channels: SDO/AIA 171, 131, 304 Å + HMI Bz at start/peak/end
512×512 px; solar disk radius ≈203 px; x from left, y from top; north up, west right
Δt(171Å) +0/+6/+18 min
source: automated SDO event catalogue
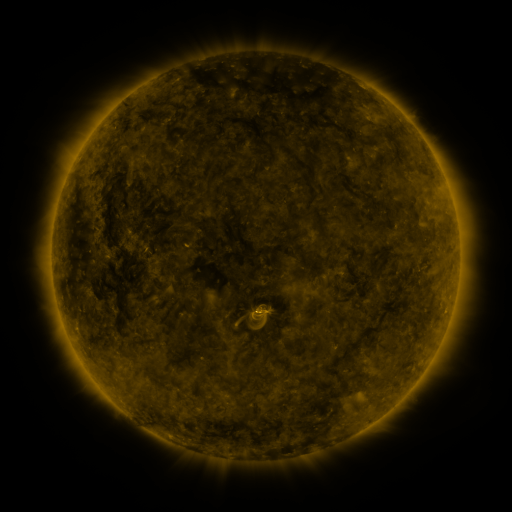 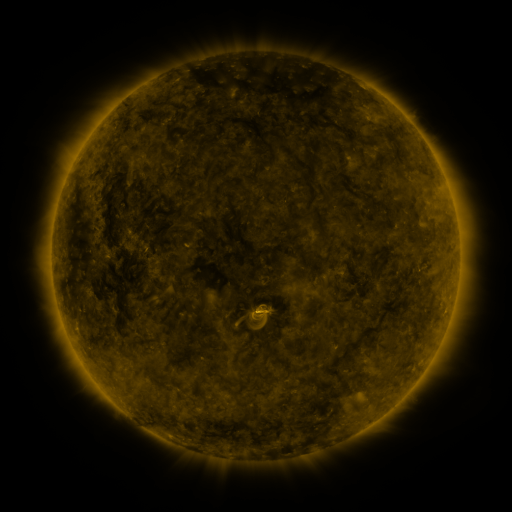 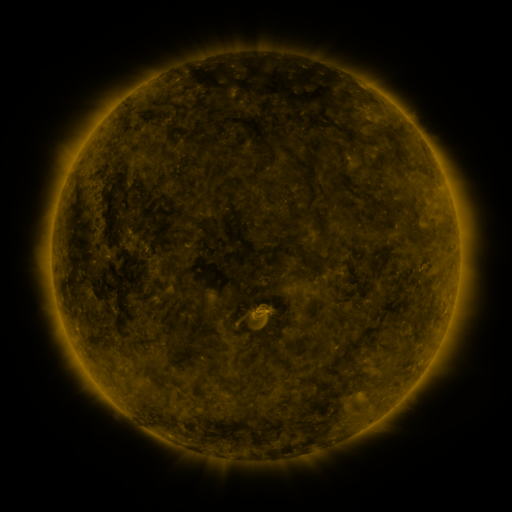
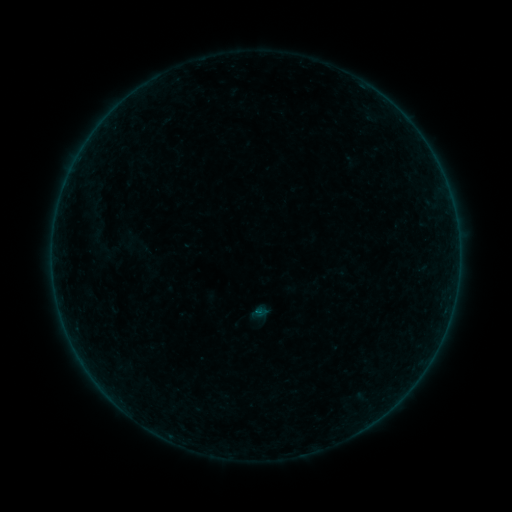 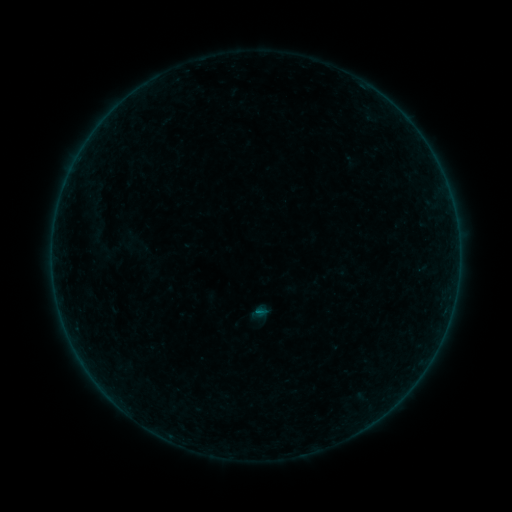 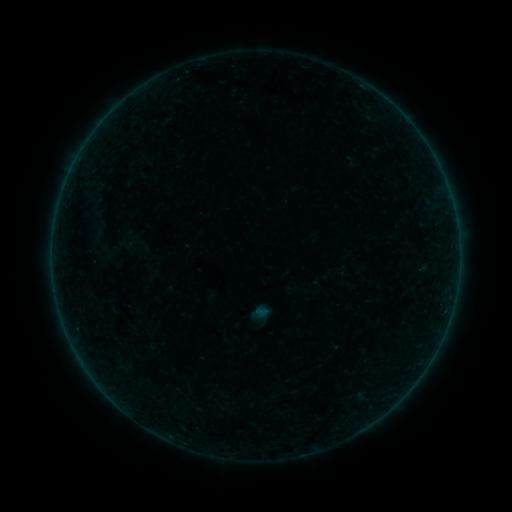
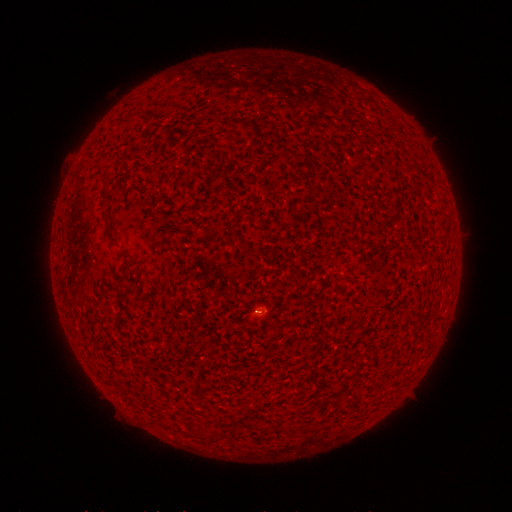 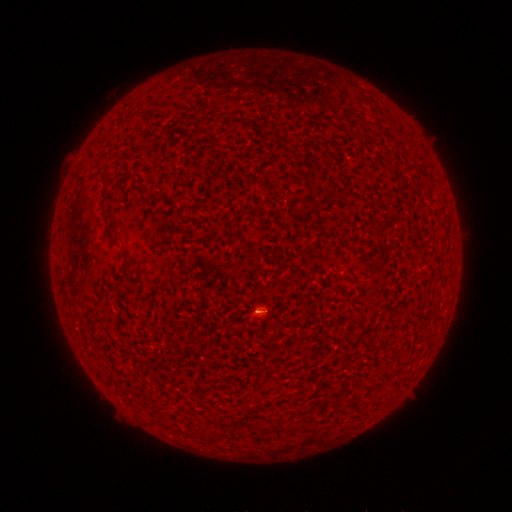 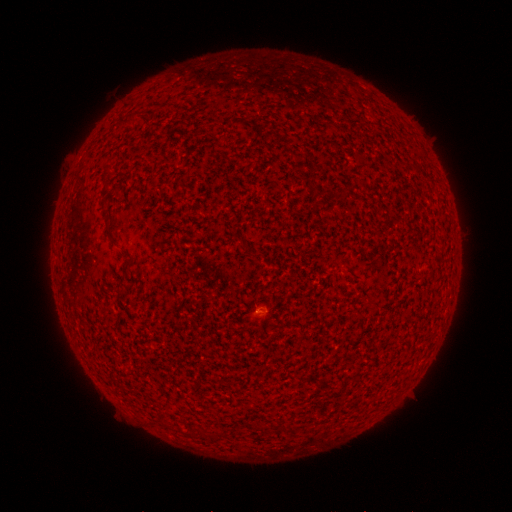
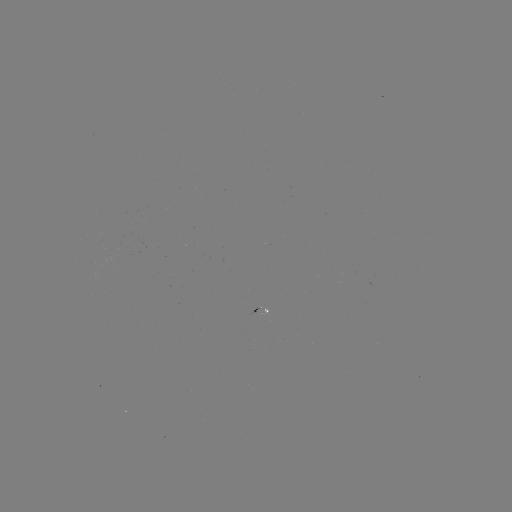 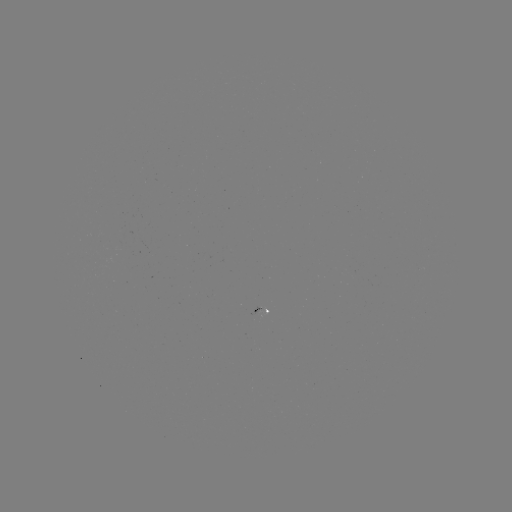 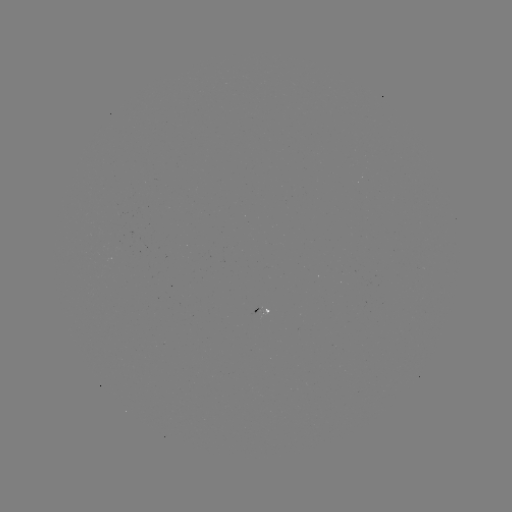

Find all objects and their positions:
A4.2 flare: (259, 311)
